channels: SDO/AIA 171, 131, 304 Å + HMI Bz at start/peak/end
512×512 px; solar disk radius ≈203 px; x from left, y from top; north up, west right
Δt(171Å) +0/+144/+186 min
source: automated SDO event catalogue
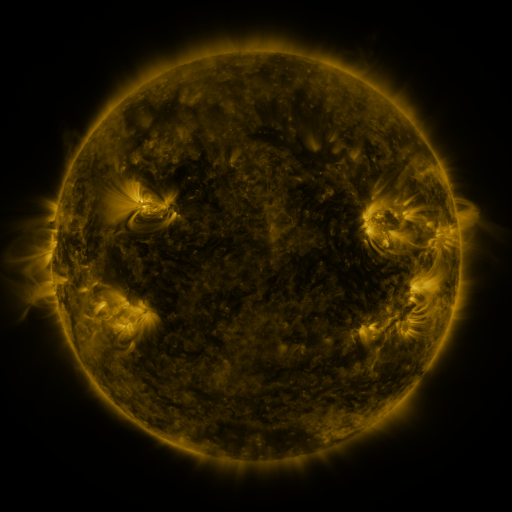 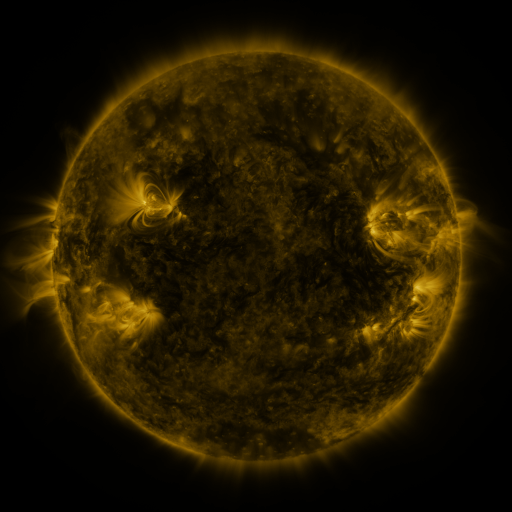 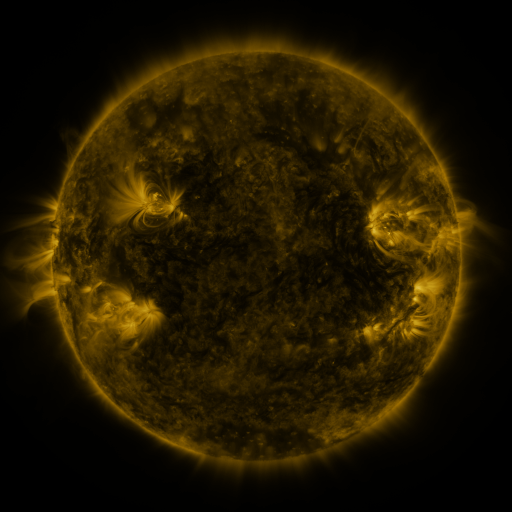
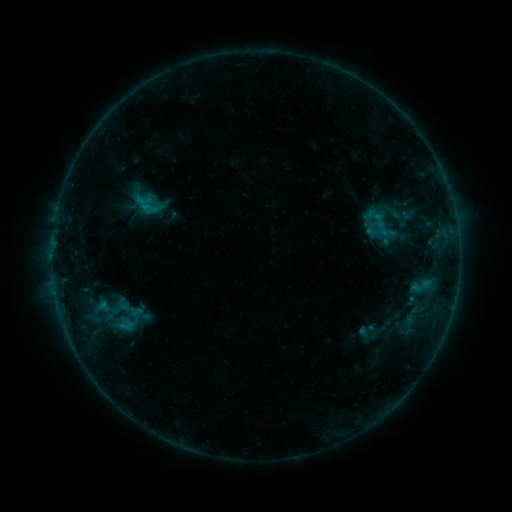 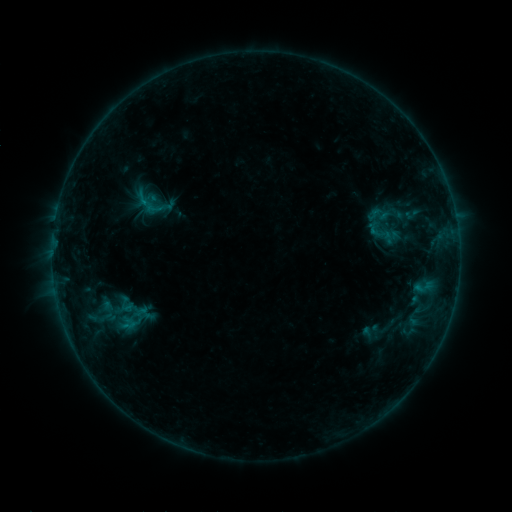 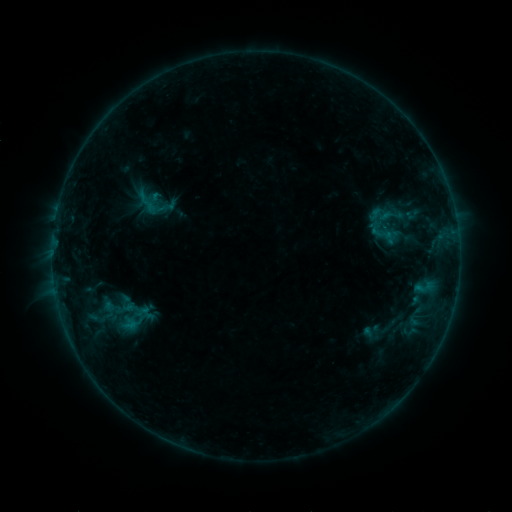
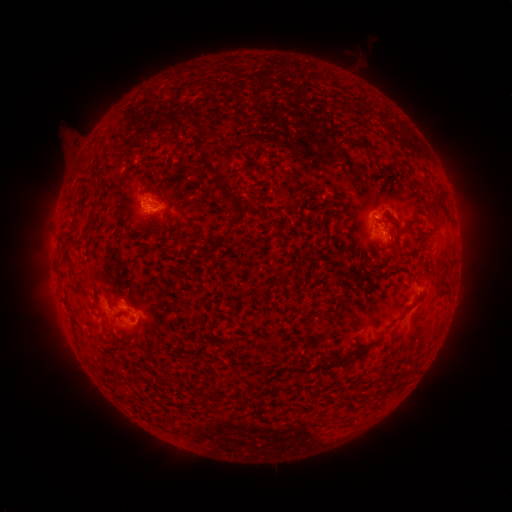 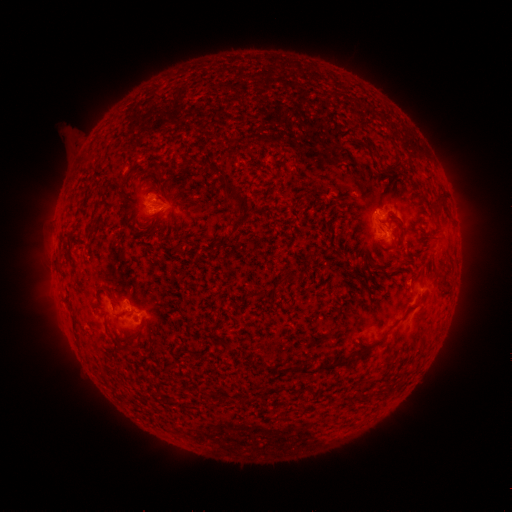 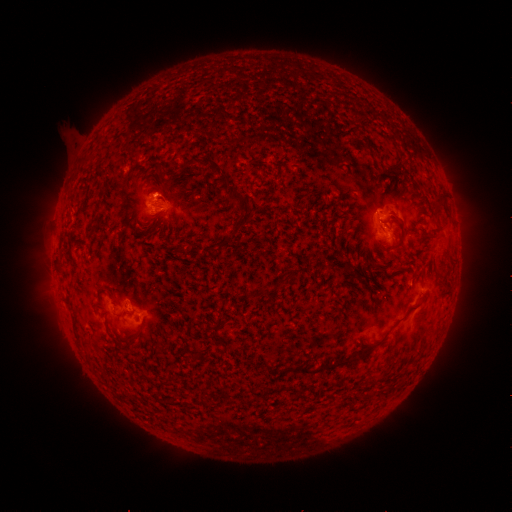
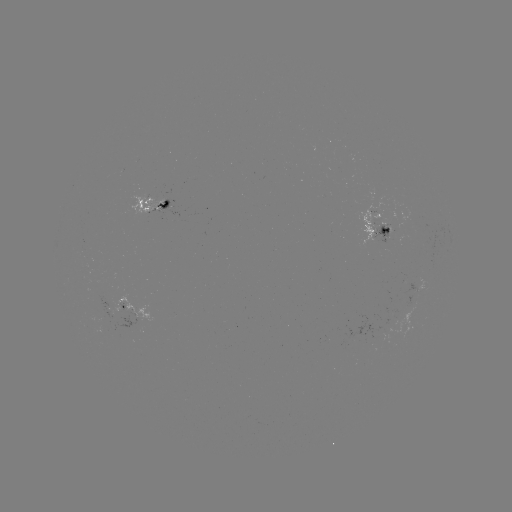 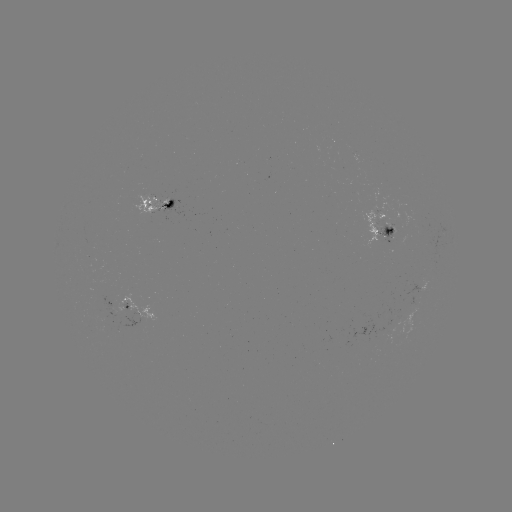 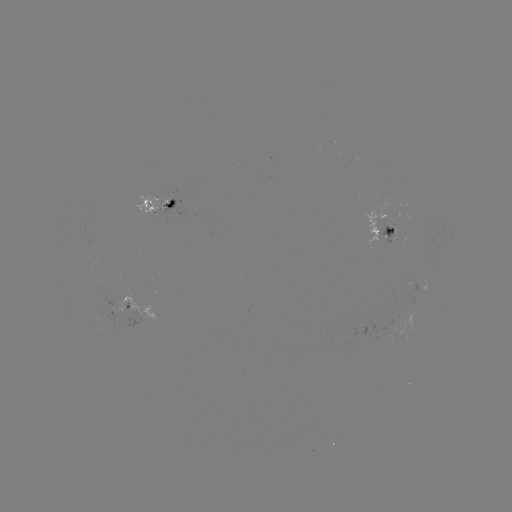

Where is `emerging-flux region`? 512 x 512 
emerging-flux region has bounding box [395, 302, 419, 343].